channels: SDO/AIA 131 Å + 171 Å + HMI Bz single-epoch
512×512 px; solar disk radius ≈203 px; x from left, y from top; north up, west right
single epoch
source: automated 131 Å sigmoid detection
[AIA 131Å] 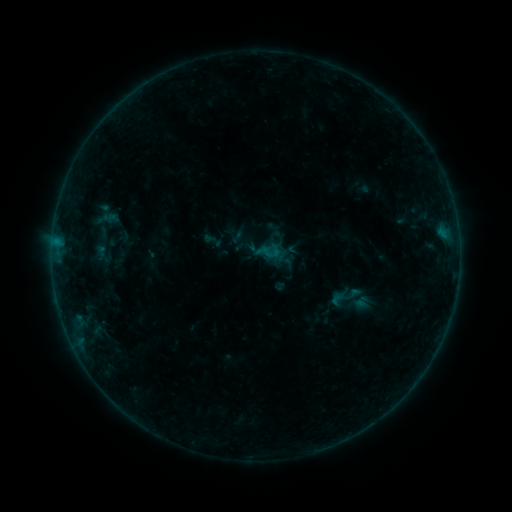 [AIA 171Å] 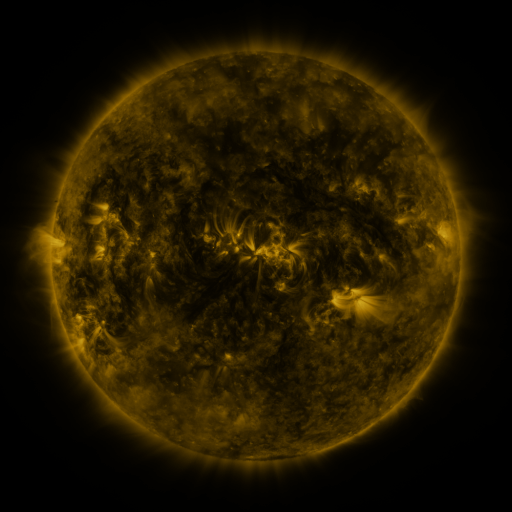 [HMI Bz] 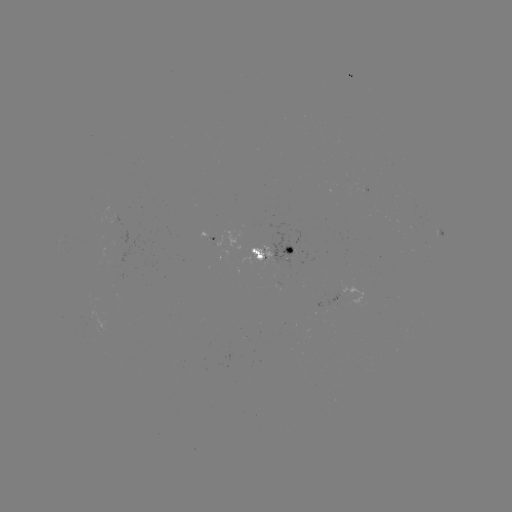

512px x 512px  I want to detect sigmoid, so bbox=[255, 238, 283, 264].